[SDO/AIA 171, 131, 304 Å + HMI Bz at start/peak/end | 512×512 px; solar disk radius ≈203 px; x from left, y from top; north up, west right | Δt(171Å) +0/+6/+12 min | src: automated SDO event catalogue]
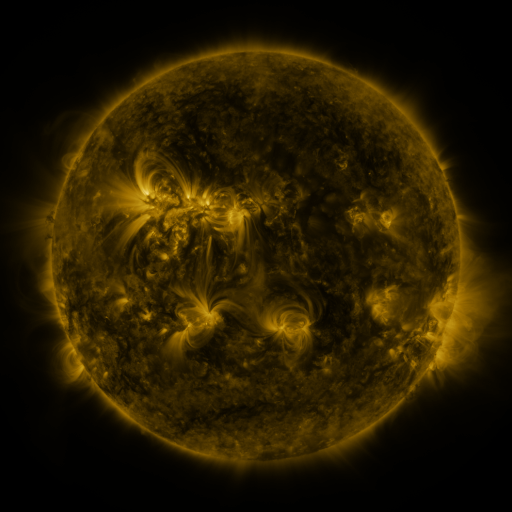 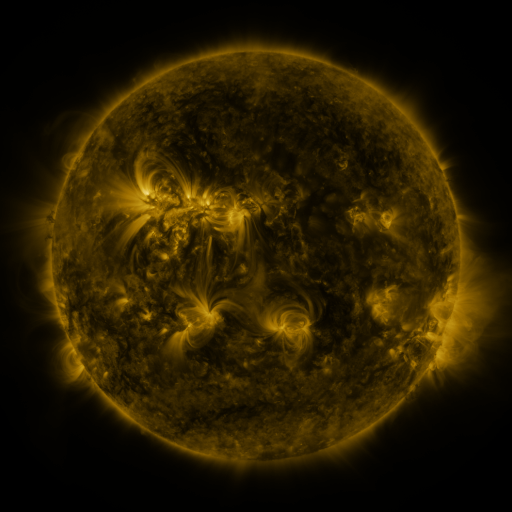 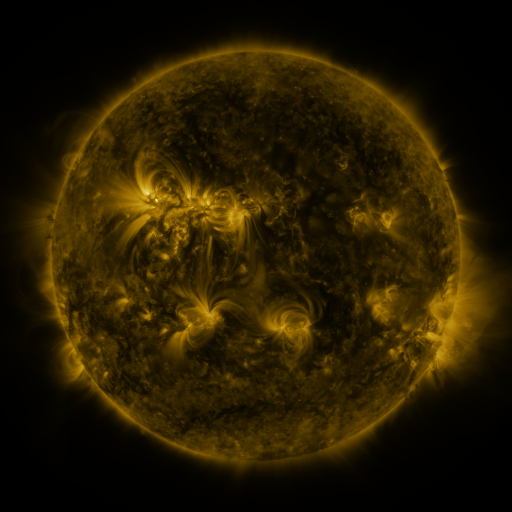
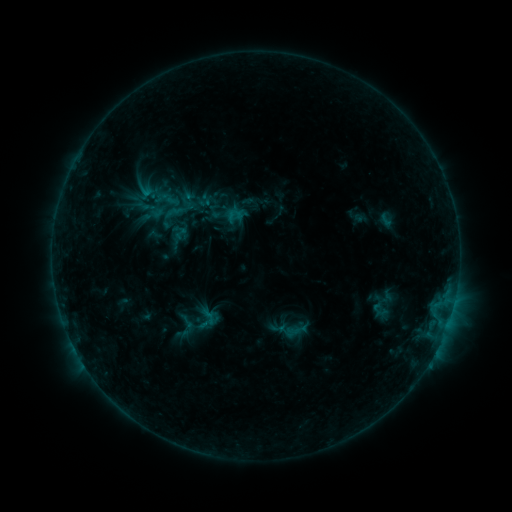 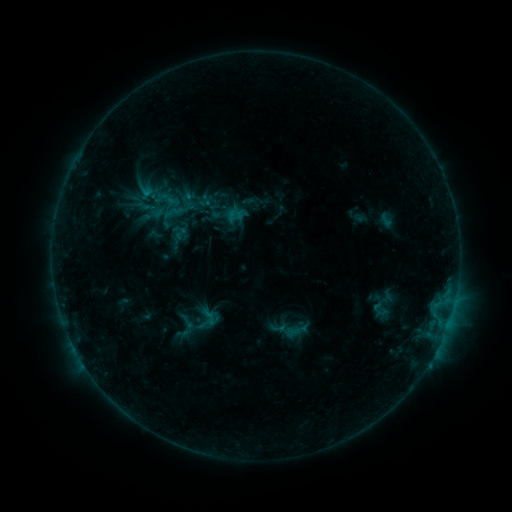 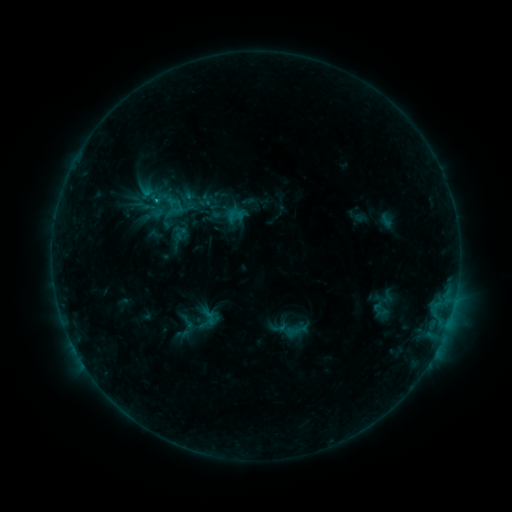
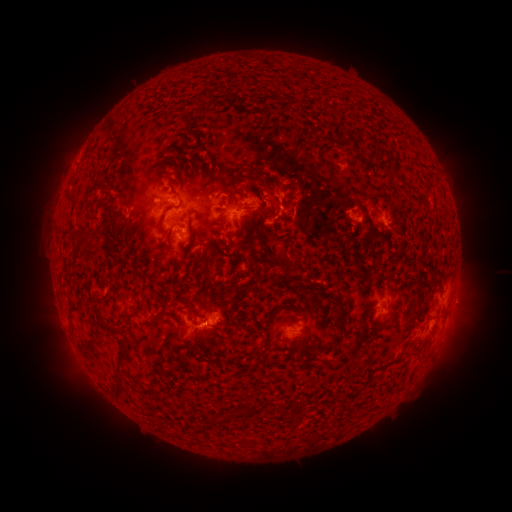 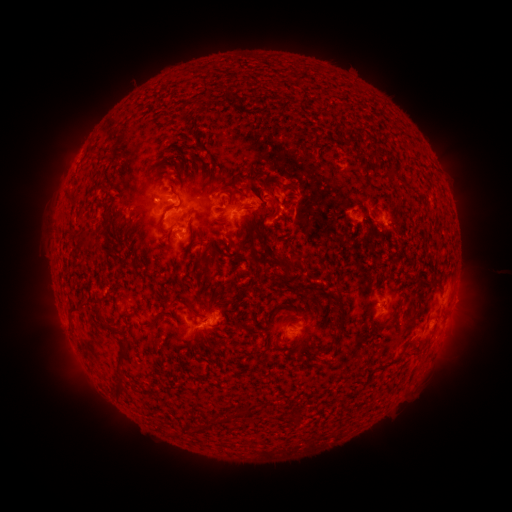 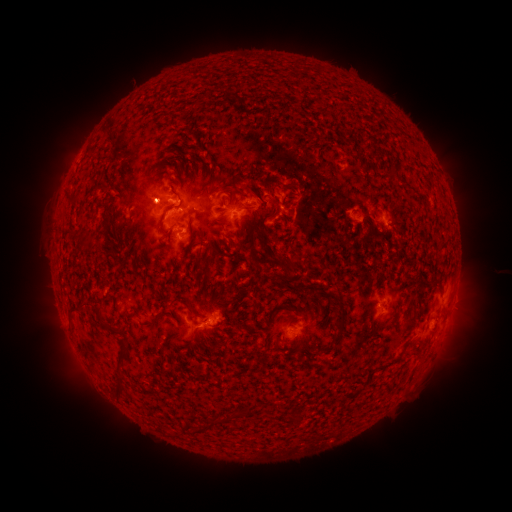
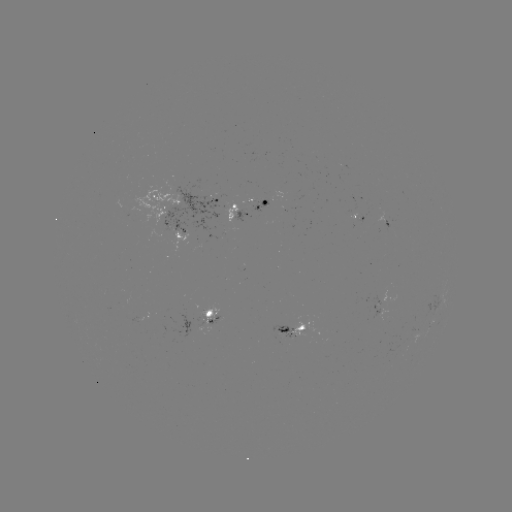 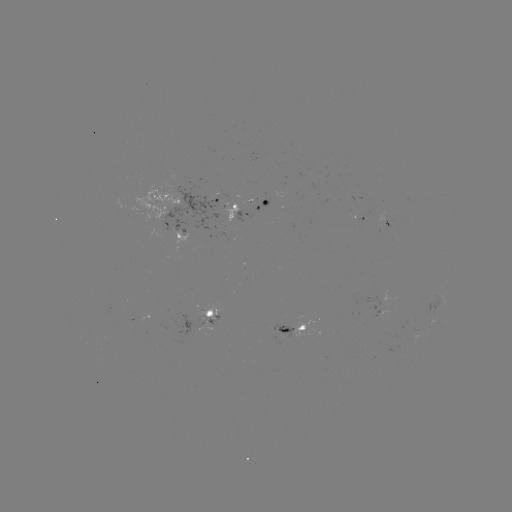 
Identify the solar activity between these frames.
C1.5 flare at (157, 202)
